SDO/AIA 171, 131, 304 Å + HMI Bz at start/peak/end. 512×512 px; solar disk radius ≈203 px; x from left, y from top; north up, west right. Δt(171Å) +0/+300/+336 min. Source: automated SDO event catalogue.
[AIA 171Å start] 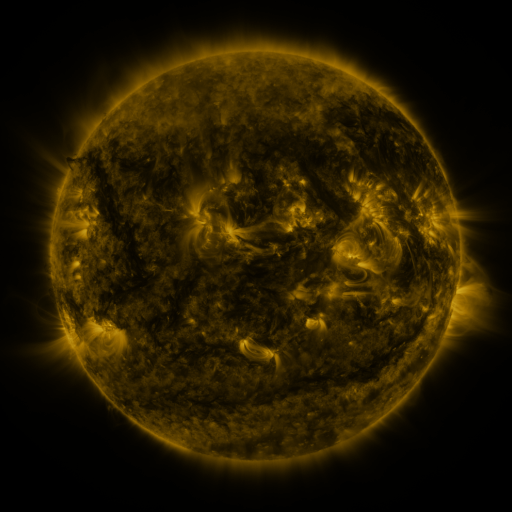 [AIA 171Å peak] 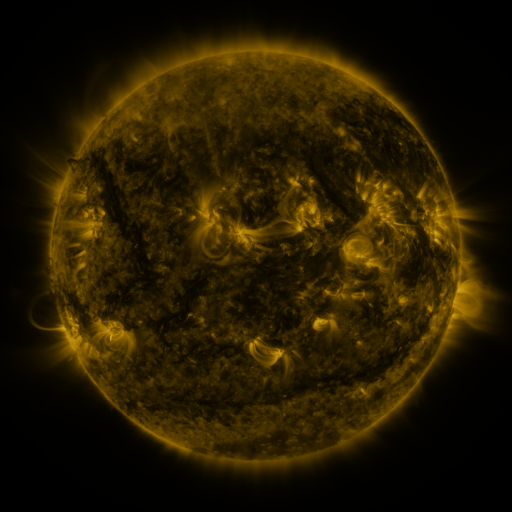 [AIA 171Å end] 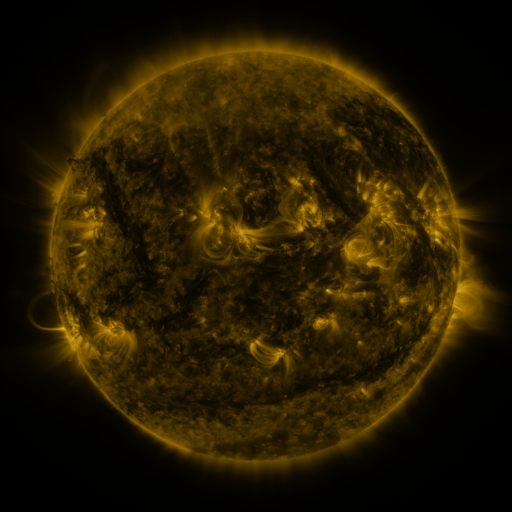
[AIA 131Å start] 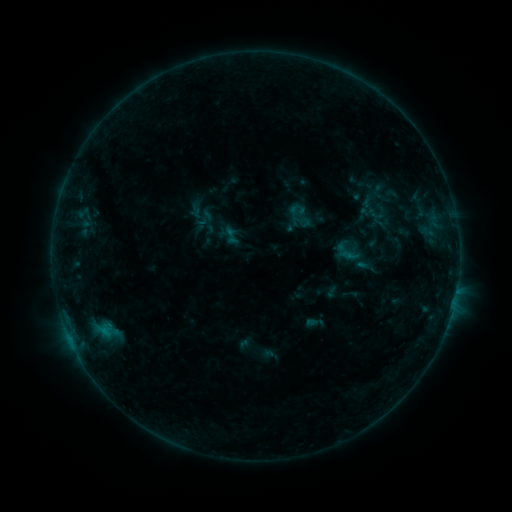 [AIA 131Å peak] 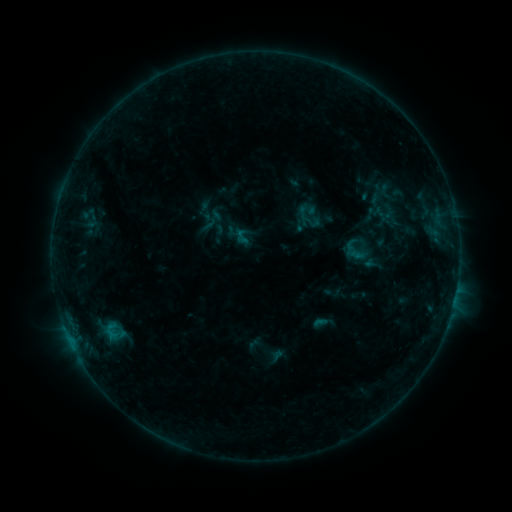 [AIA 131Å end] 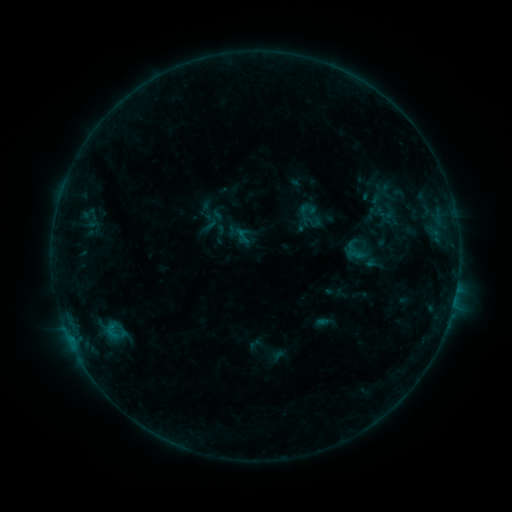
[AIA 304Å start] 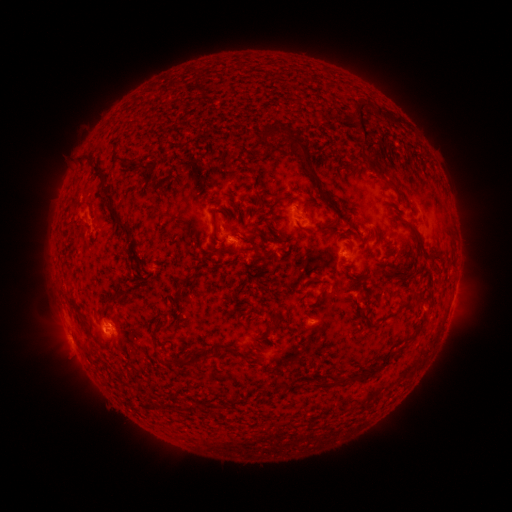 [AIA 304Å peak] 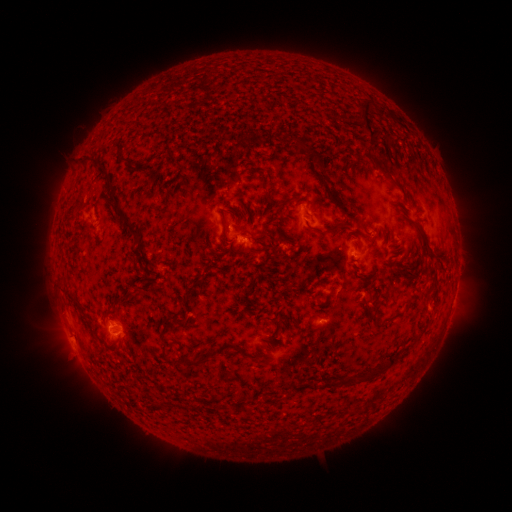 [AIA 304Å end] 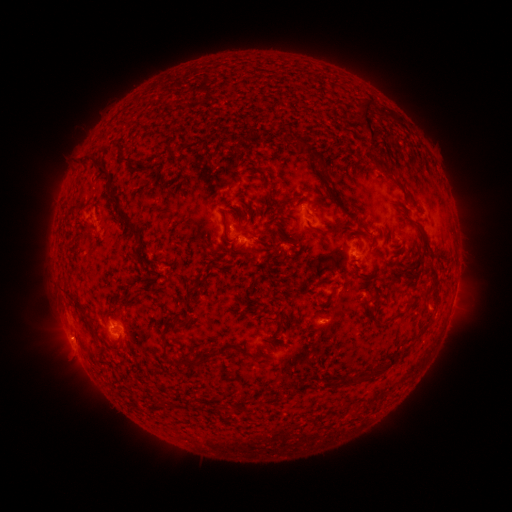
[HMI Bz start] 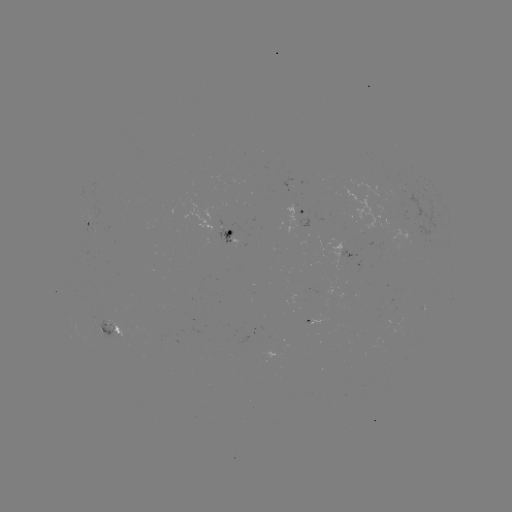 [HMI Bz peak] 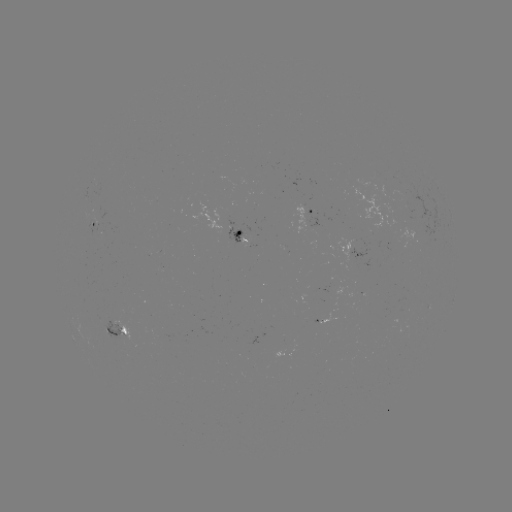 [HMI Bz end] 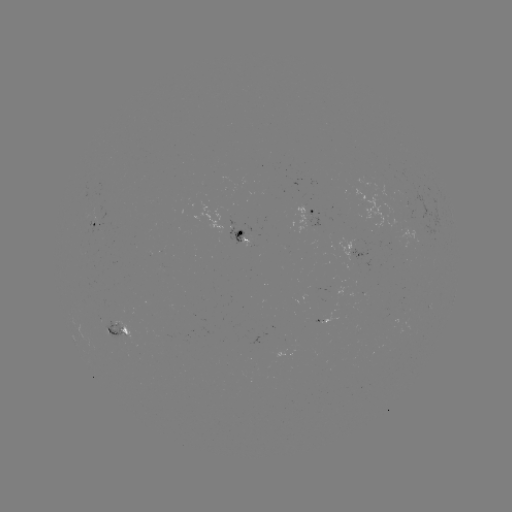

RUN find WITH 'emerging-flux region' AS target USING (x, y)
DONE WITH (231, 239) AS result